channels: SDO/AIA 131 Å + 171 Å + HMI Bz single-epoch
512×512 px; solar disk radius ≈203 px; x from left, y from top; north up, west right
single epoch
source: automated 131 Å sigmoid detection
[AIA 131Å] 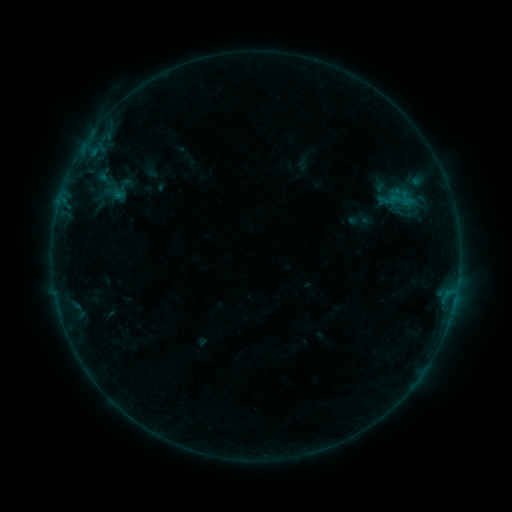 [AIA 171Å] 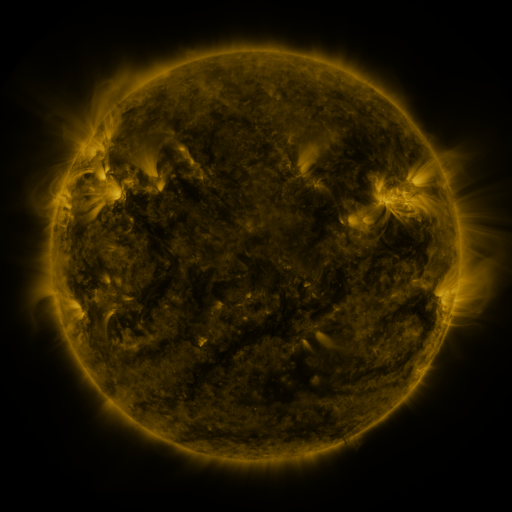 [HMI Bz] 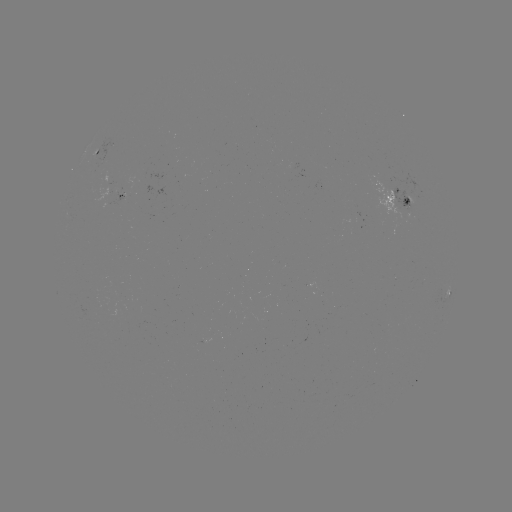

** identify sigmoid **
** (122, 189) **